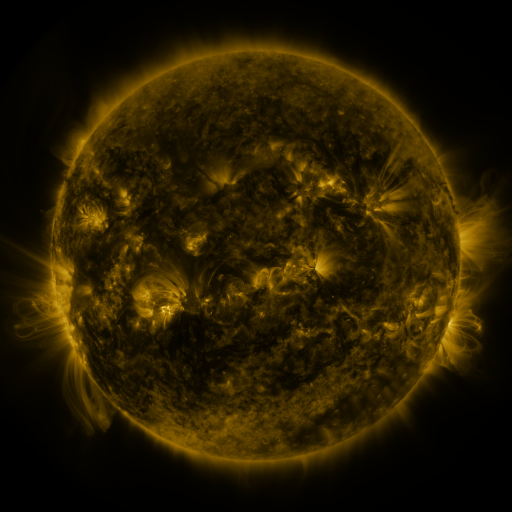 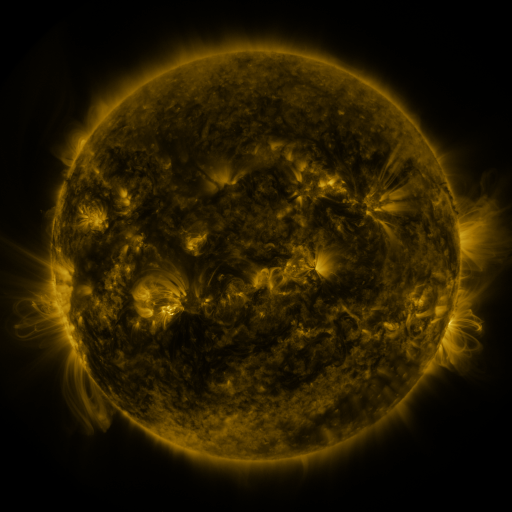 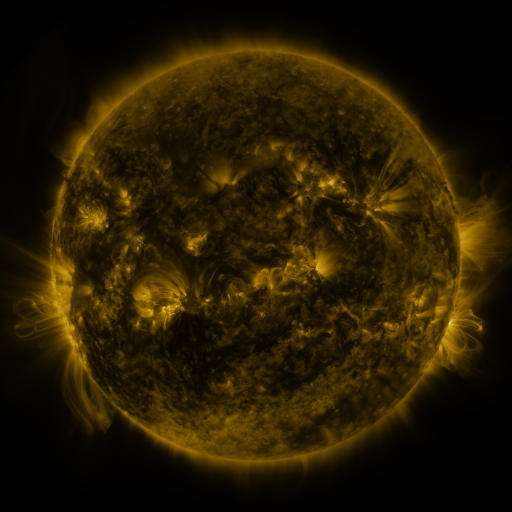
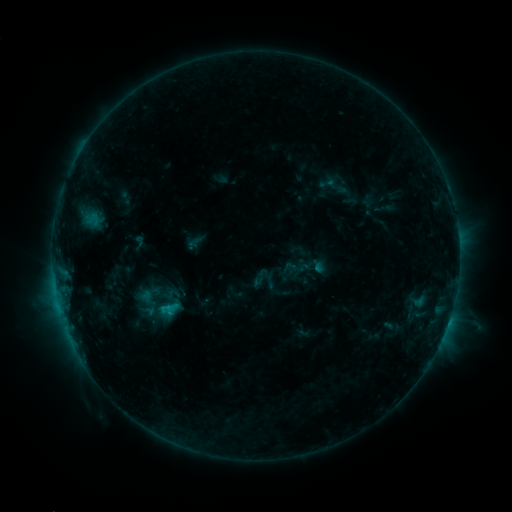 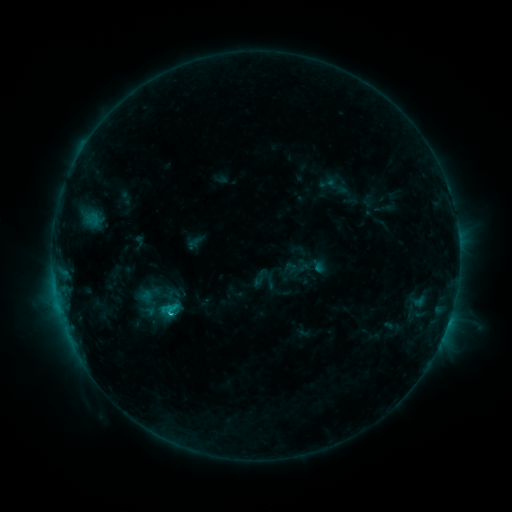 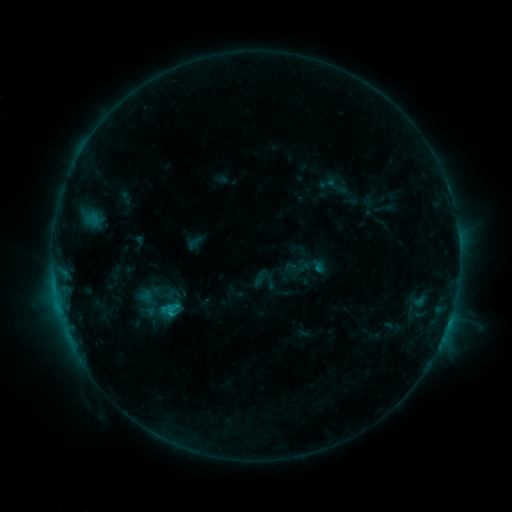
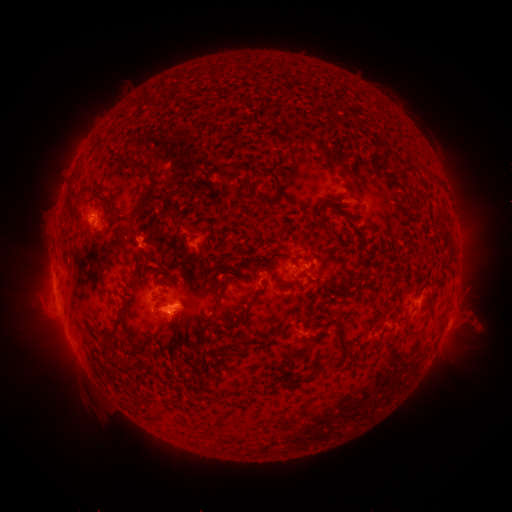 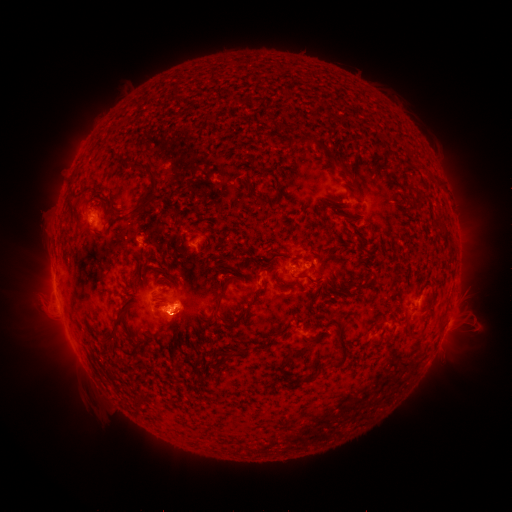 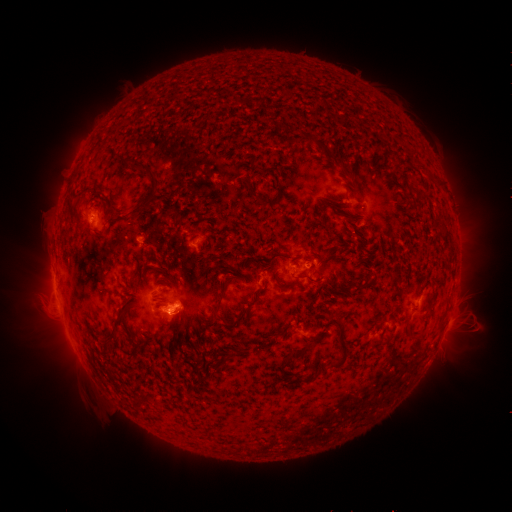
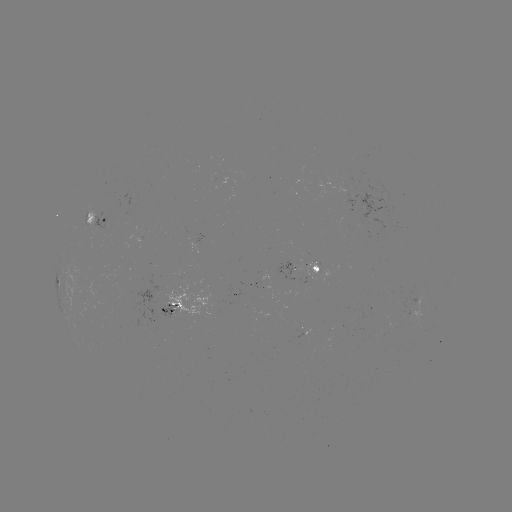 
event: flare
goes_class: C1.4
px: (173, 314)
